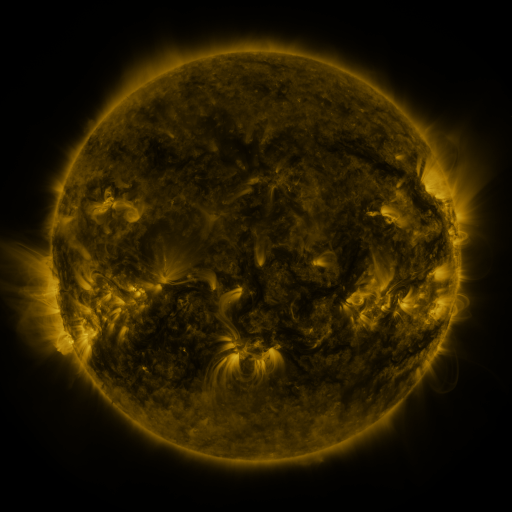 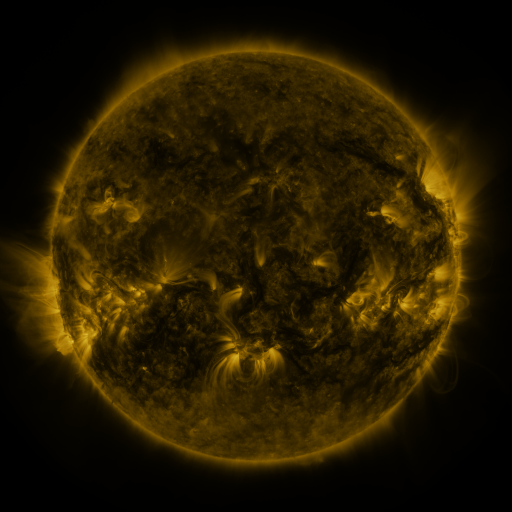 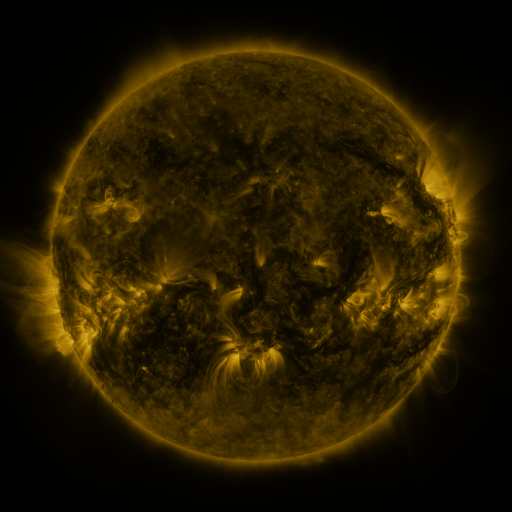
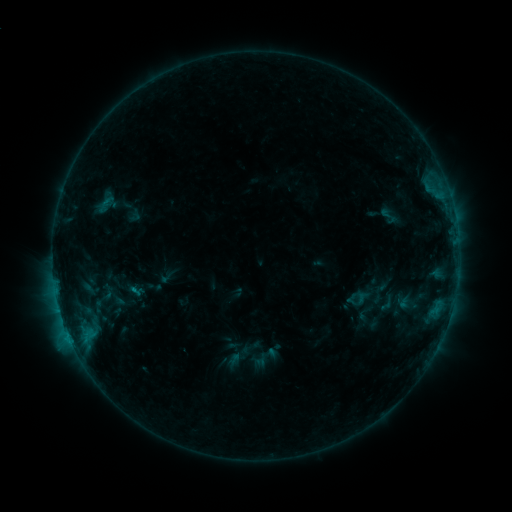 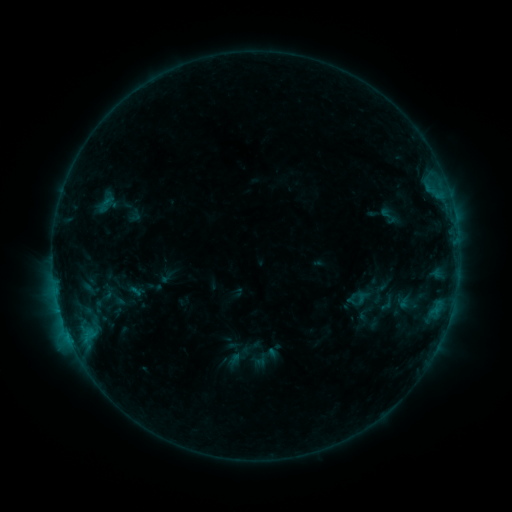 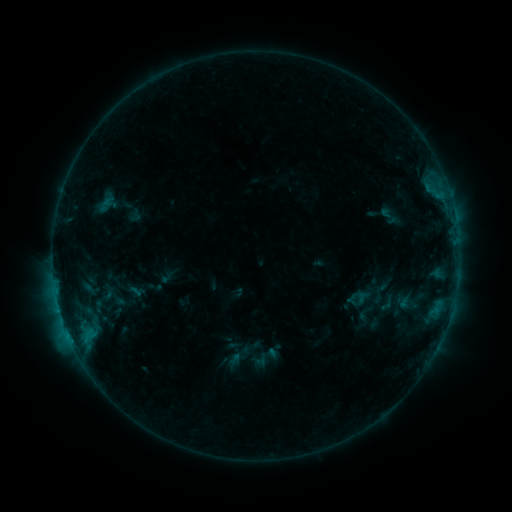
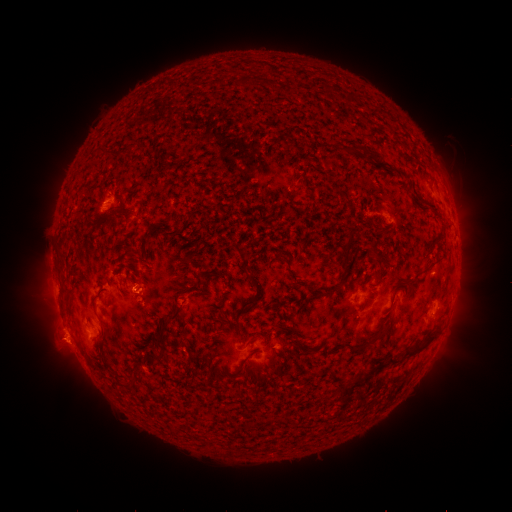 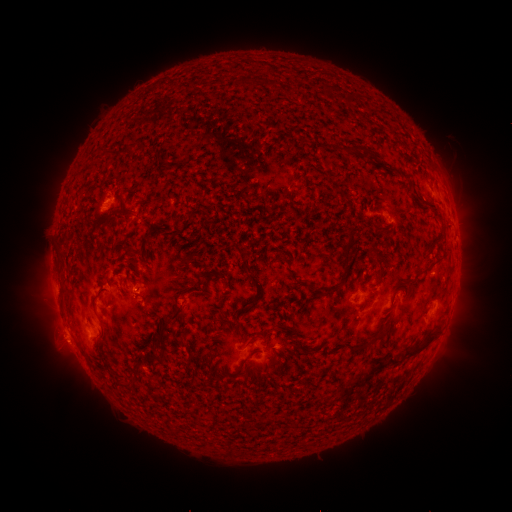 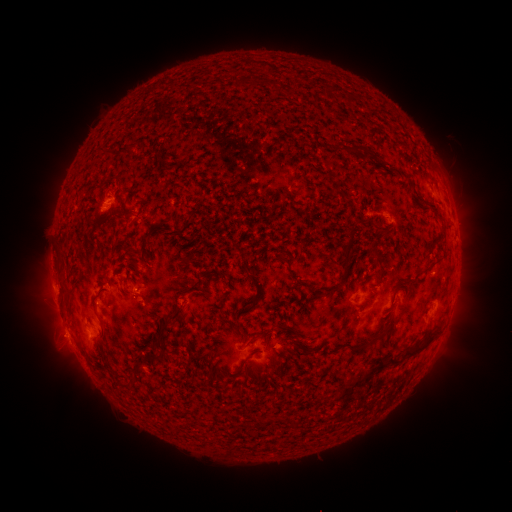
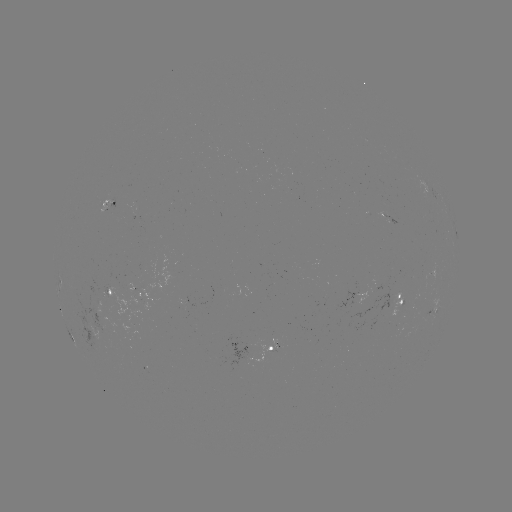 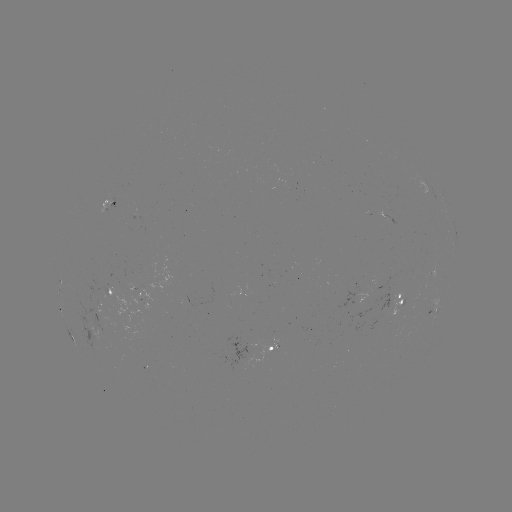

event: eruption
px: (59, 334)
